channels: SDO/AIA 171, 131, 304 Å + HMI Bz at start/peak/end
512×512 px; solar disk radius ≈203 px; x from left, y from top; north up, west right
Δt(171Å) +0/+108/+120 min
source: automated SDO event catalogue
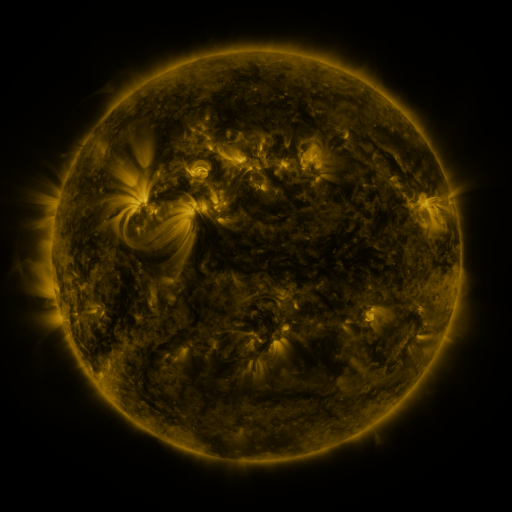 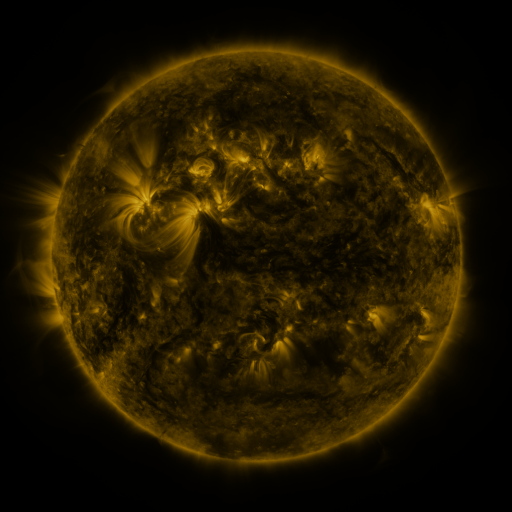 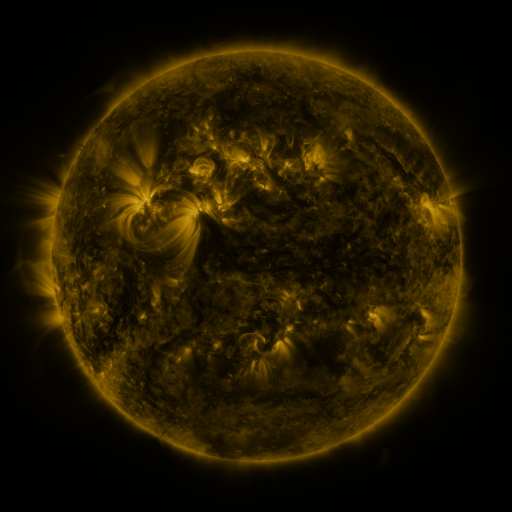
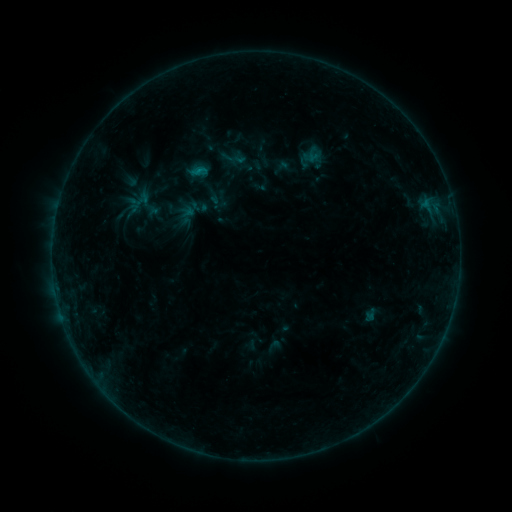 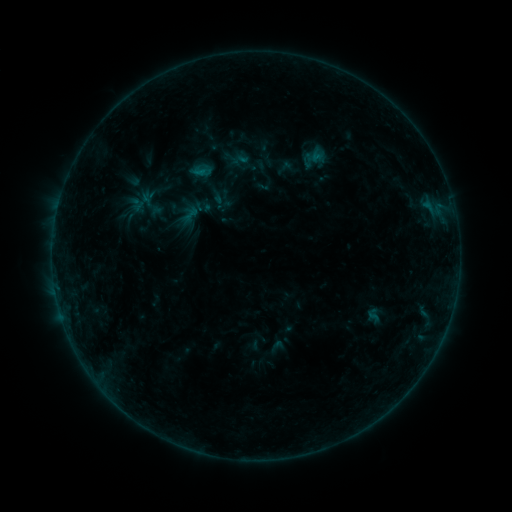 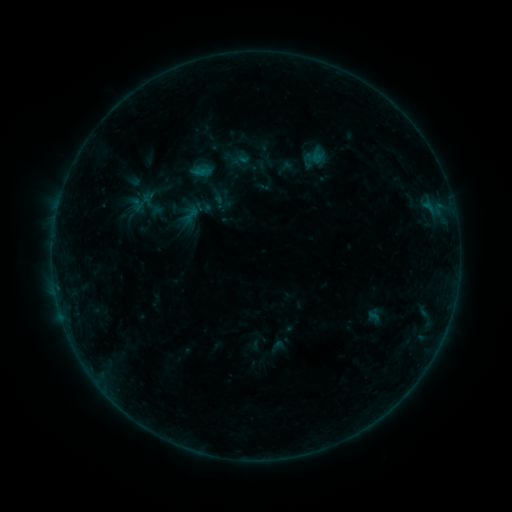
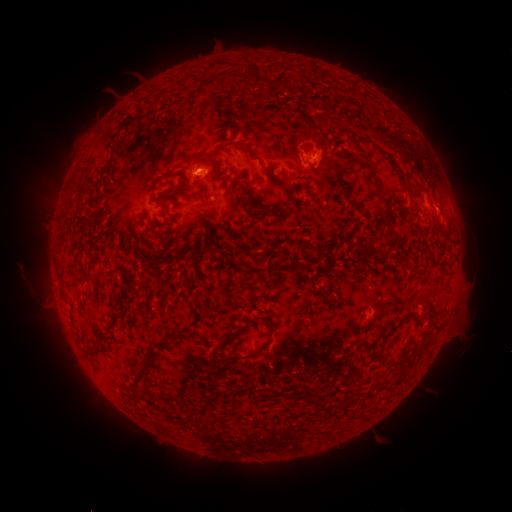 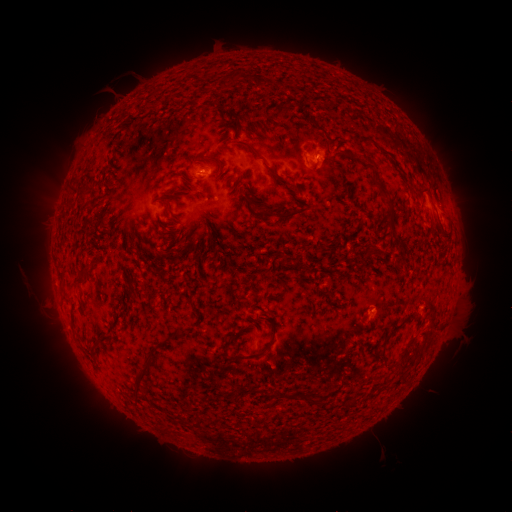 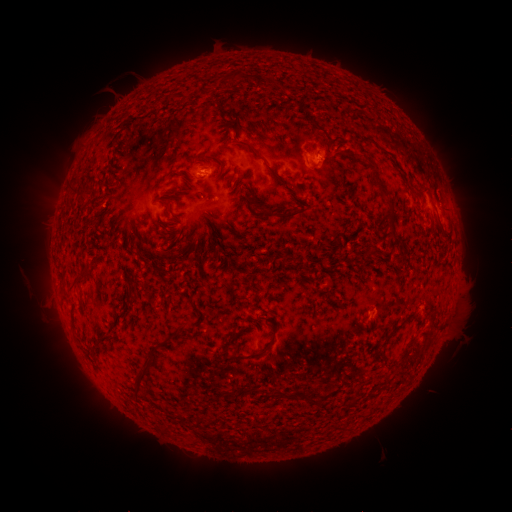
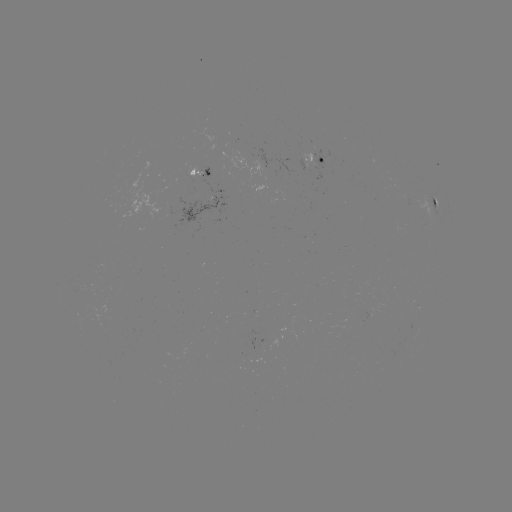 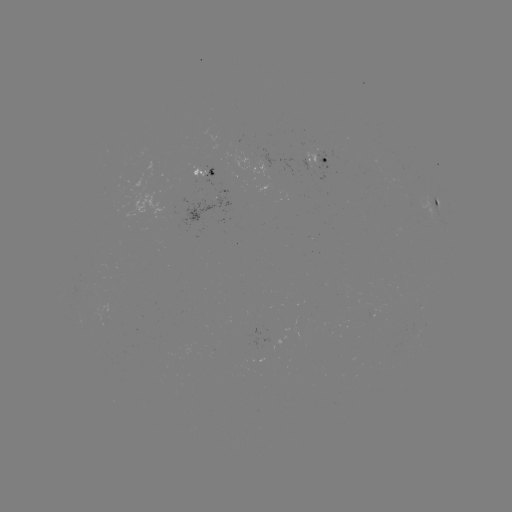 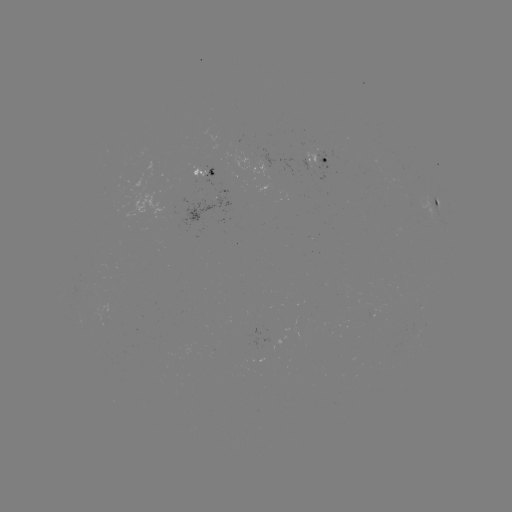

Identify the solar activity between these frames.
emerging-flux region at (202, 170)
